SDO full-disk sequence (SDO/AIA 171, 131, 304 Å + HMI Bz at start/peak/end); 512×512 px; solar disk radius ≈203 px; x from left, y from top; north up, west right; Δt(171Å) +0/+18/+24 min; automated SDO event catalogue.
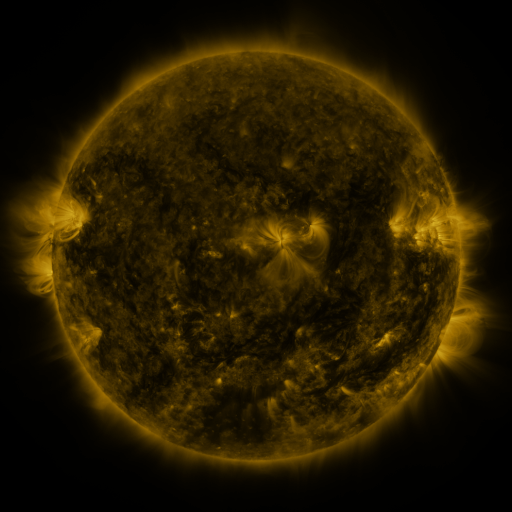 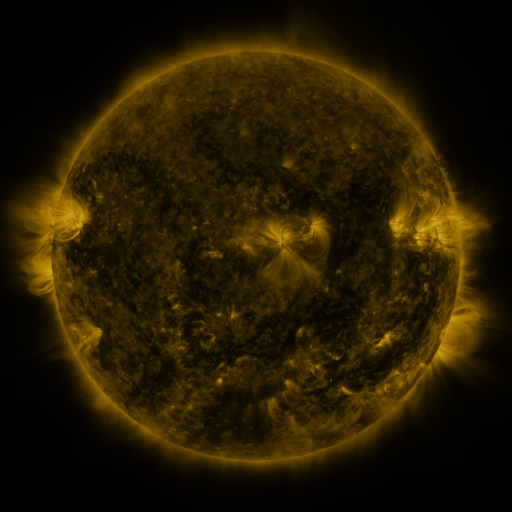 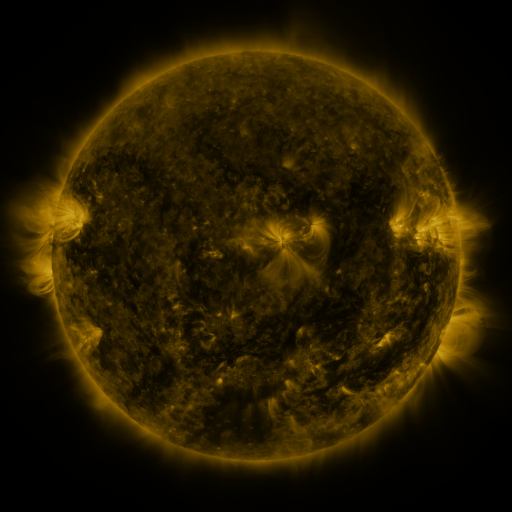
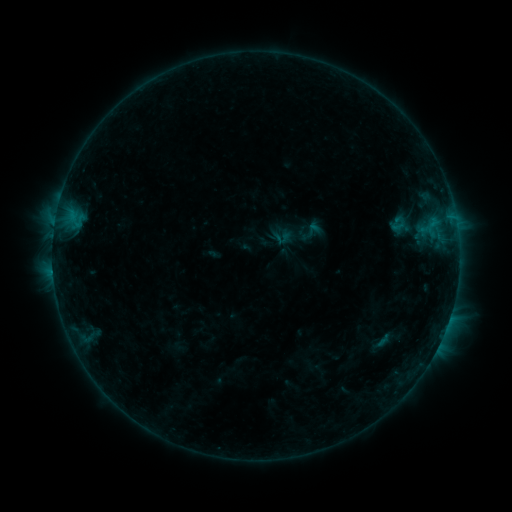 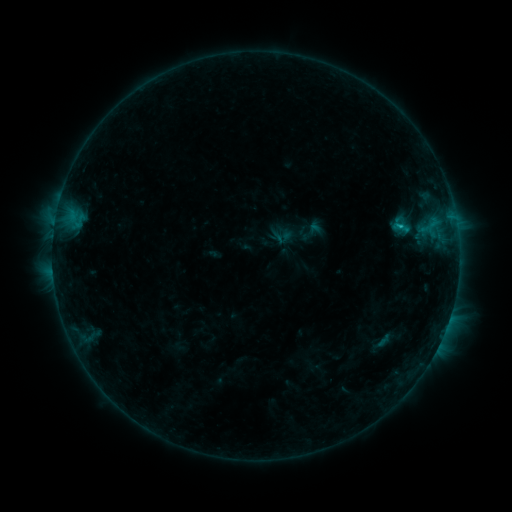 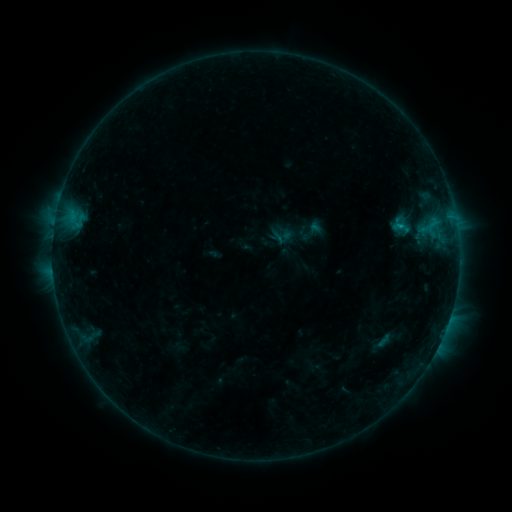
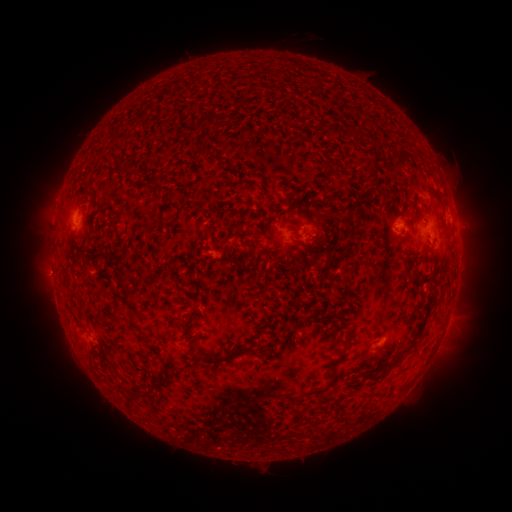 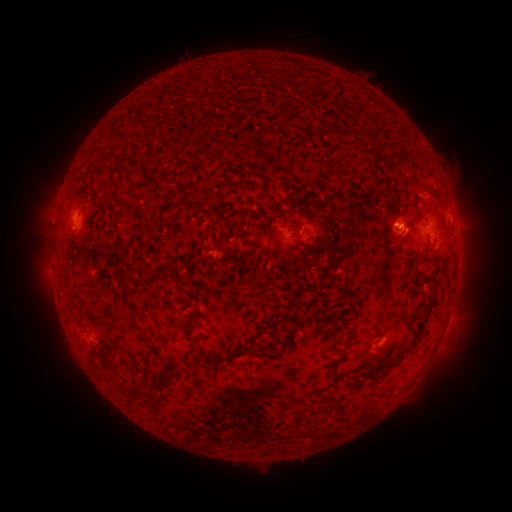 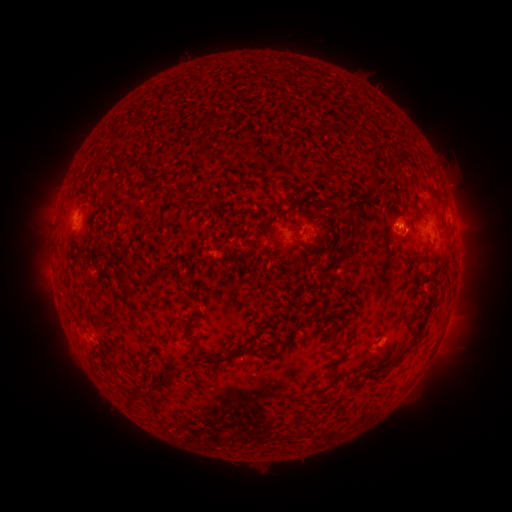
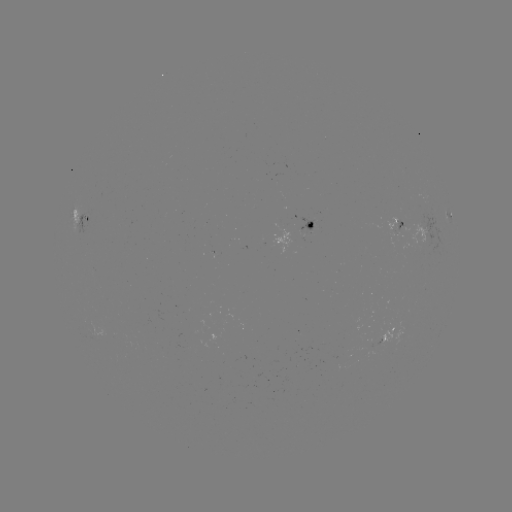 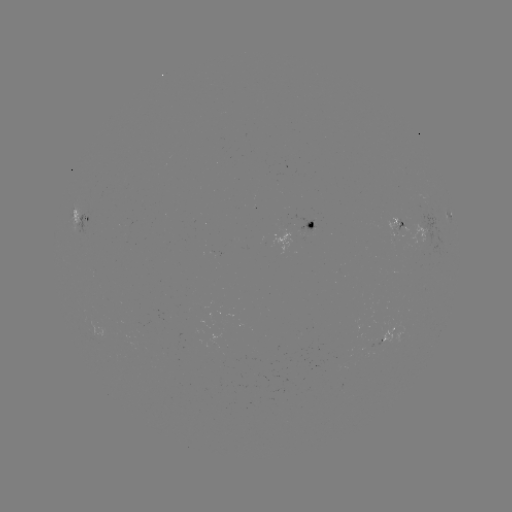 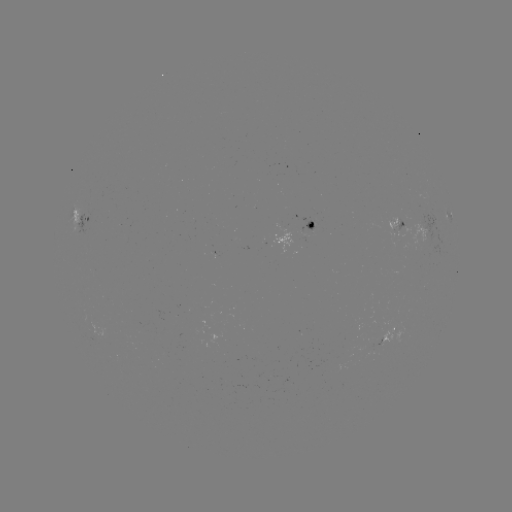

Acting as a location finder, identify B7.2 flare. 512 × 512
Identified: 399,229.